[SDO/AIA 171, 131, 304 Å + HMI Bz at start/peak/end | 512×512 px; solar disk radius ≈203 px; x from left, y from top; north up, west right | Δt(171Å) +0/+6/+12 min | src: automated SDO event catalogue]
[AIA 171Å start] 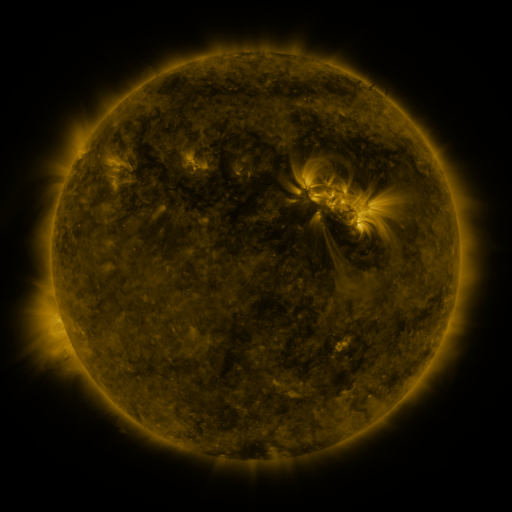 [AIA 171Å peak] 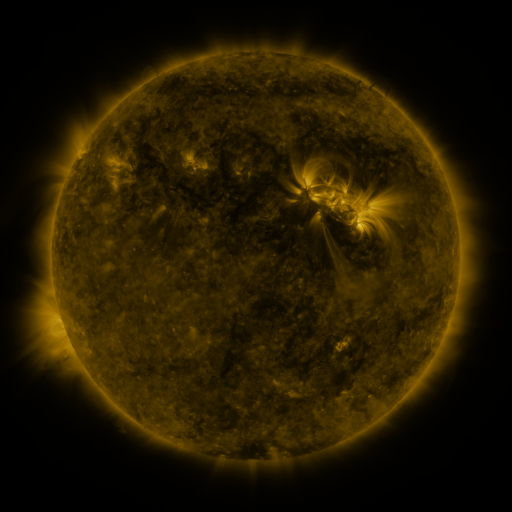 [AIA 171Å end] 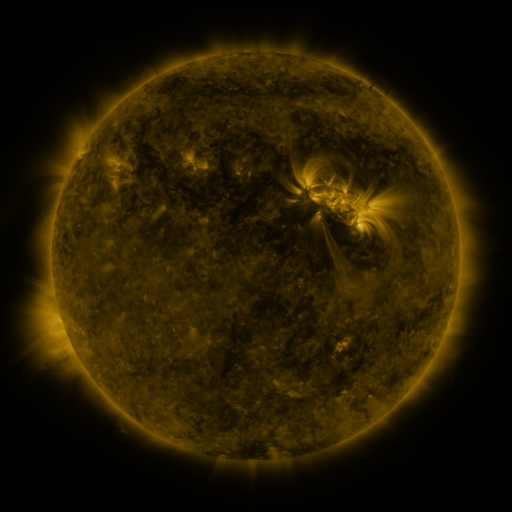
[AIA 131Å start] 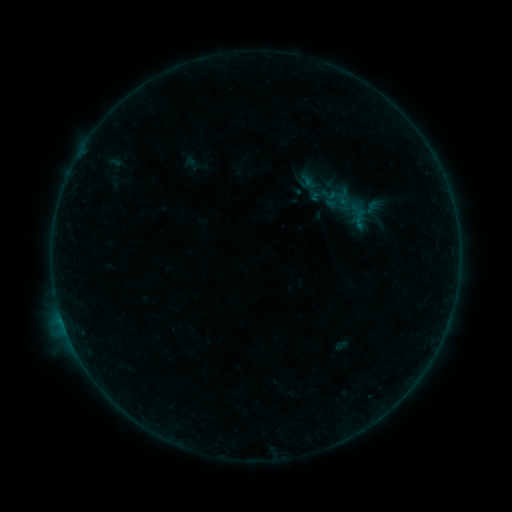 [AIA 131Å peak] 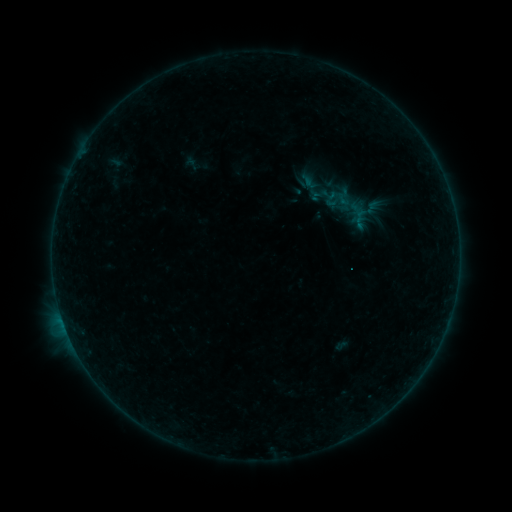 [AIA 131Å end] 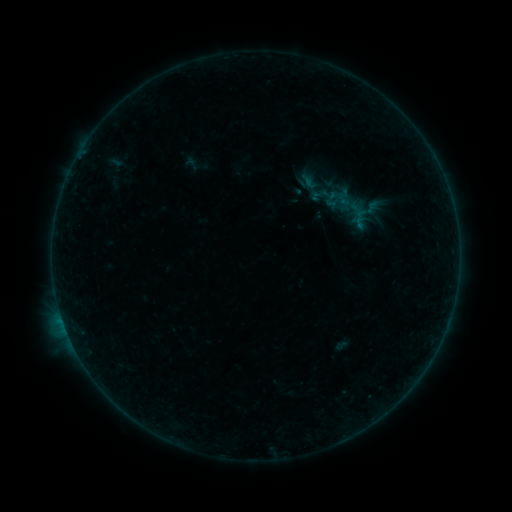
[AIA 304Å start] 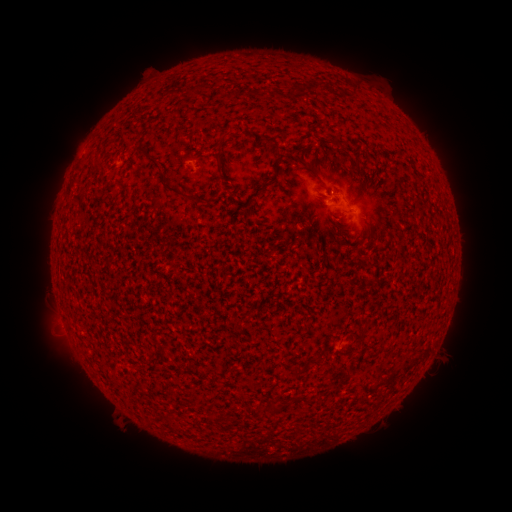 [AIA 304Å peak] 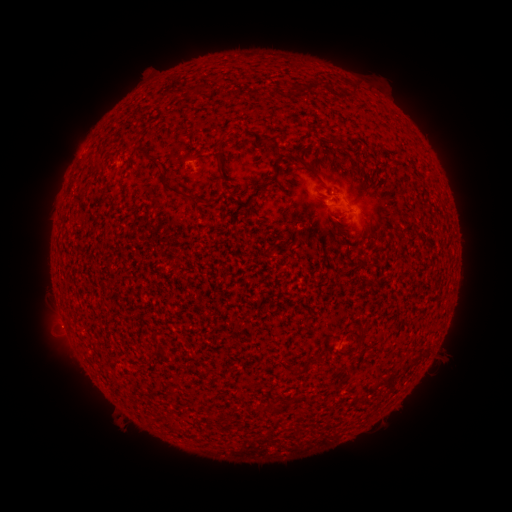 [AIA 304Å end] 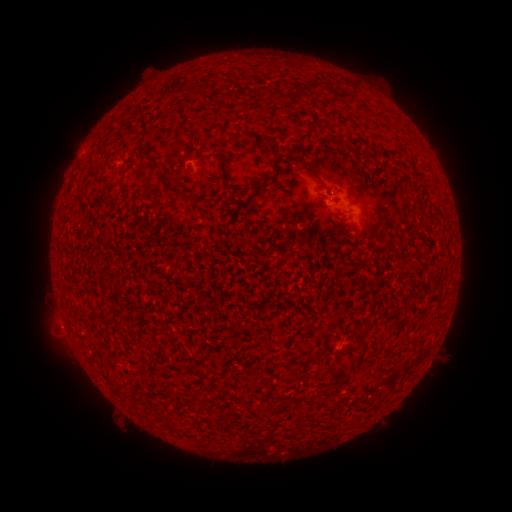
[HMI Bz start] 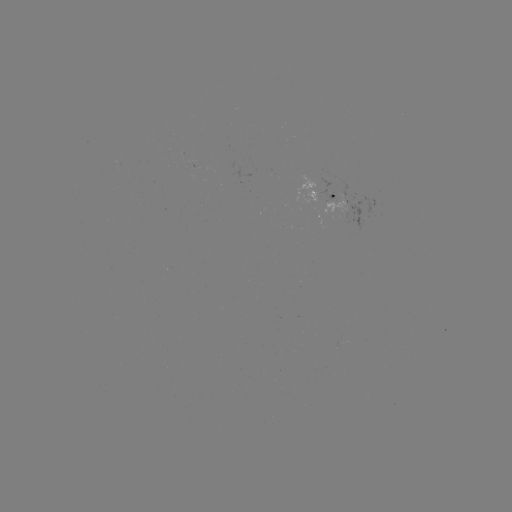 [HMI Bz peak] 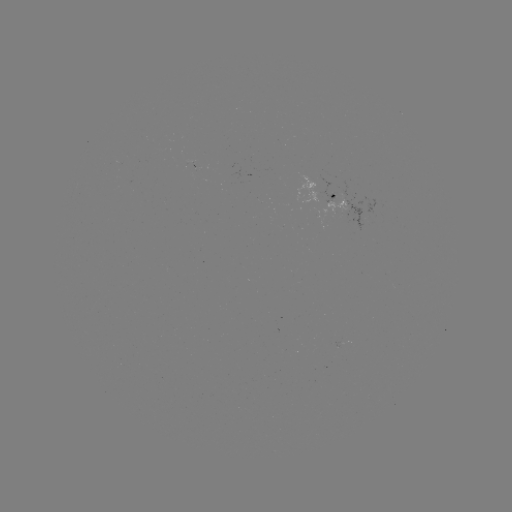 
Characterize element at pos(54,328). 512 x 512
eruption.